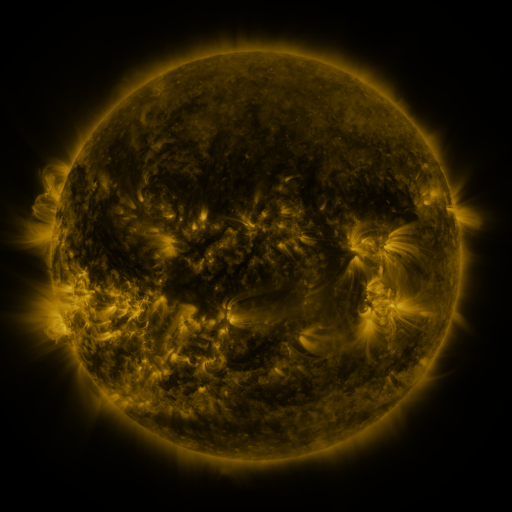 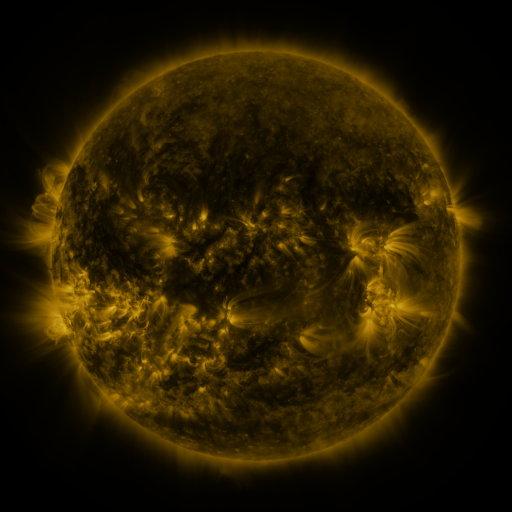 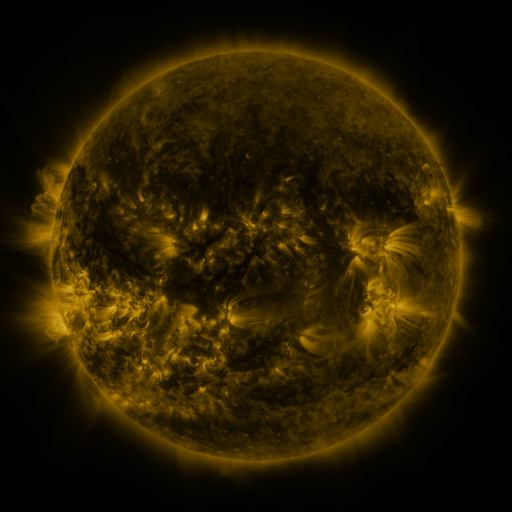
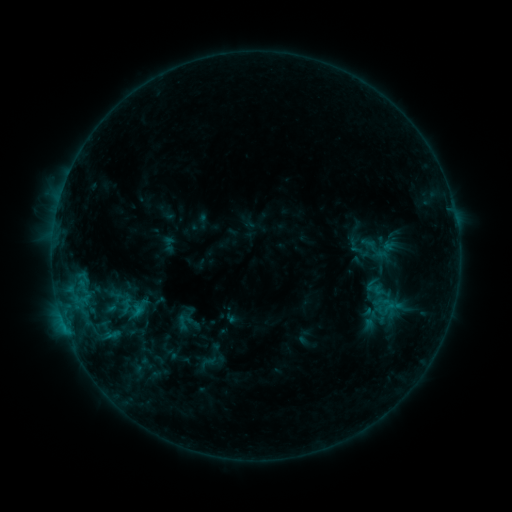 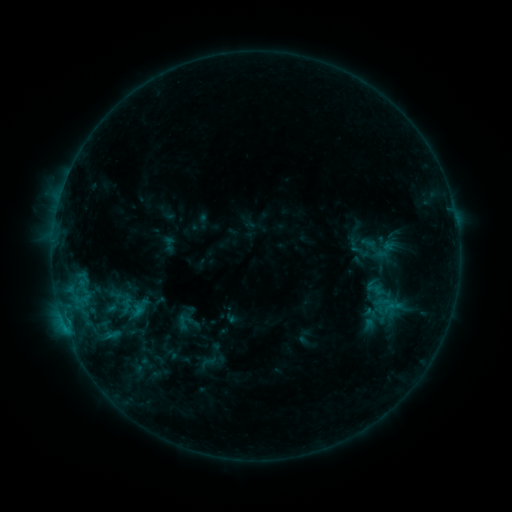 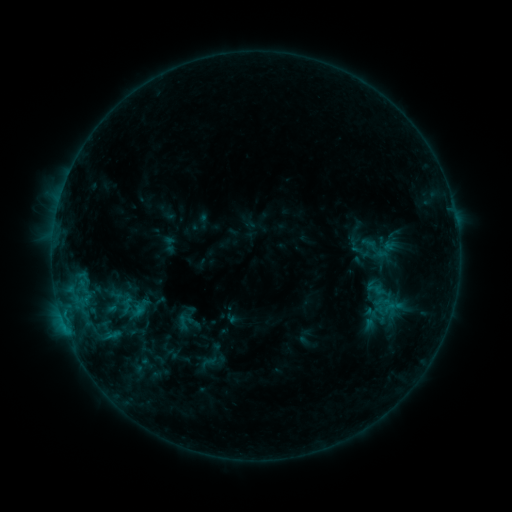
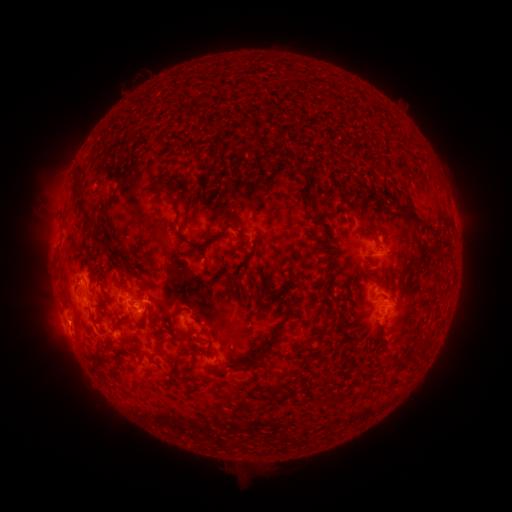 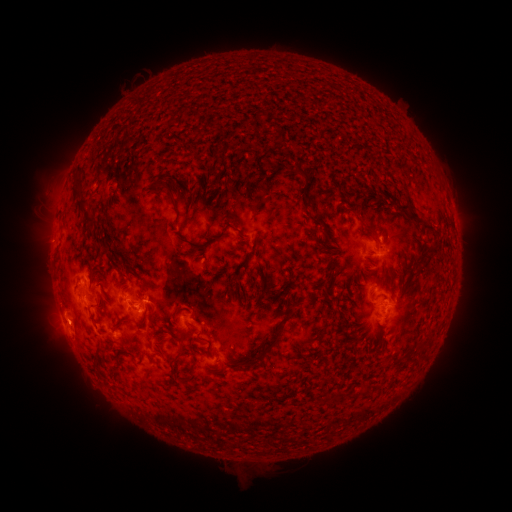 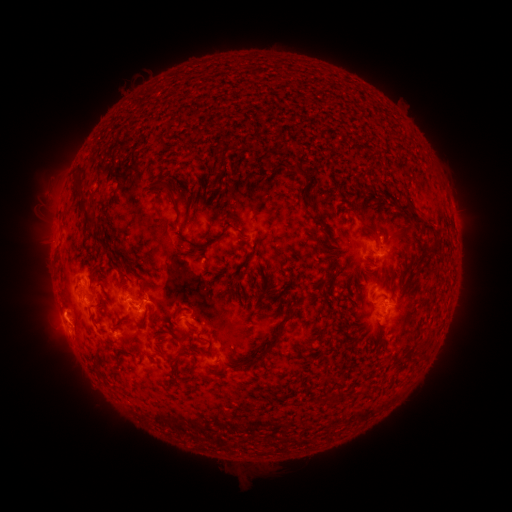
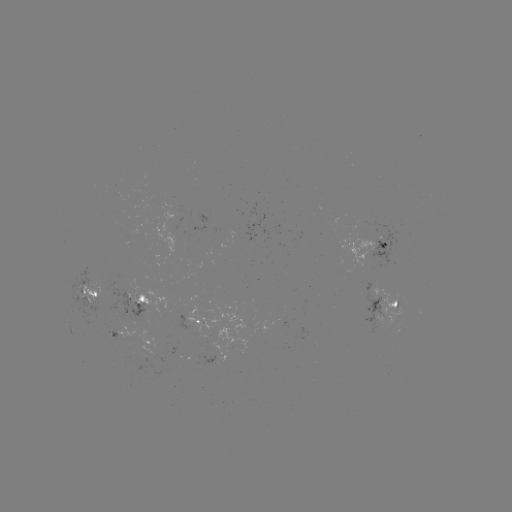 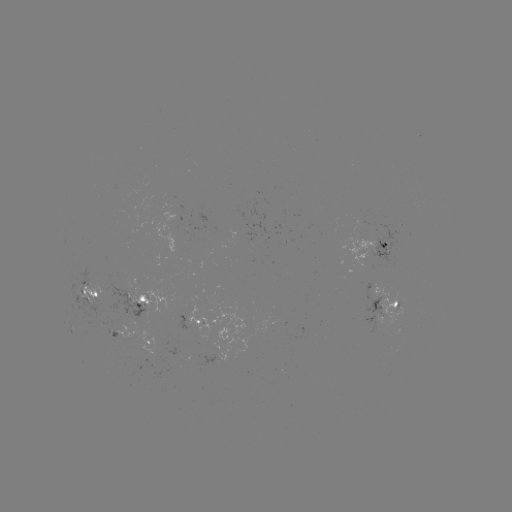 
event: eruption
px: (63, 323)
